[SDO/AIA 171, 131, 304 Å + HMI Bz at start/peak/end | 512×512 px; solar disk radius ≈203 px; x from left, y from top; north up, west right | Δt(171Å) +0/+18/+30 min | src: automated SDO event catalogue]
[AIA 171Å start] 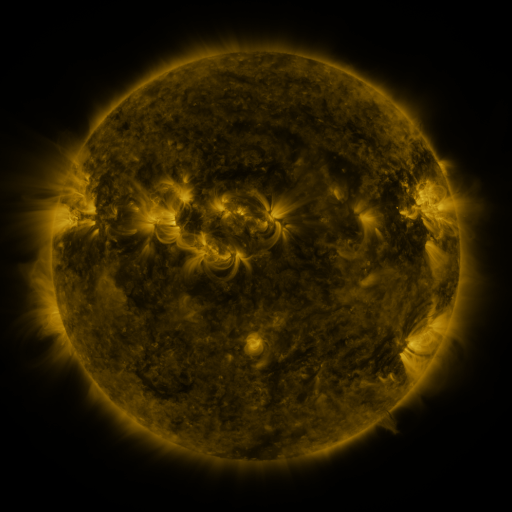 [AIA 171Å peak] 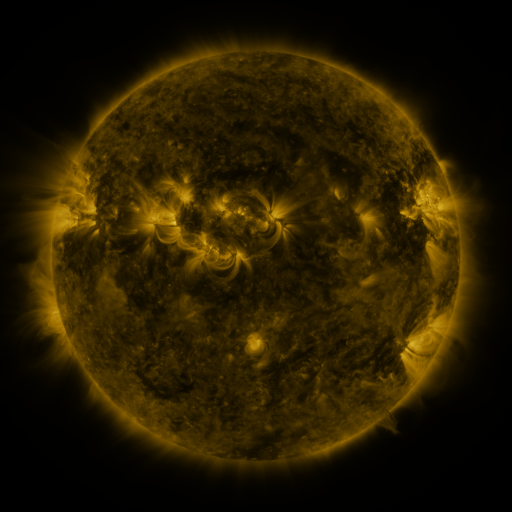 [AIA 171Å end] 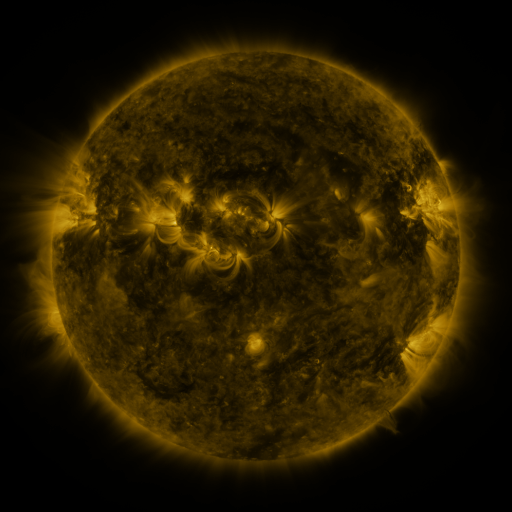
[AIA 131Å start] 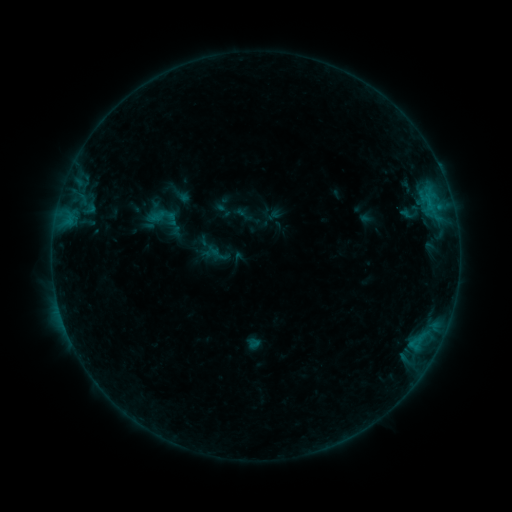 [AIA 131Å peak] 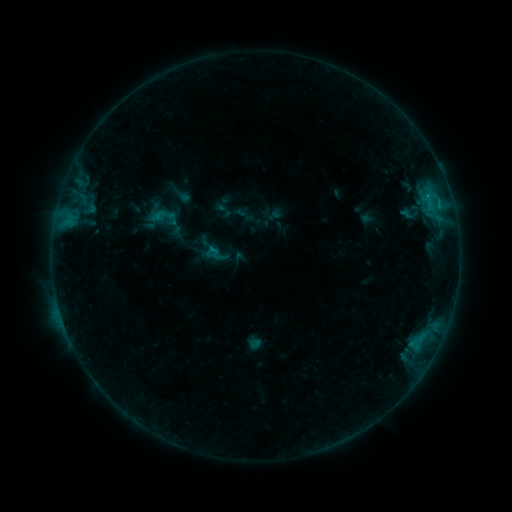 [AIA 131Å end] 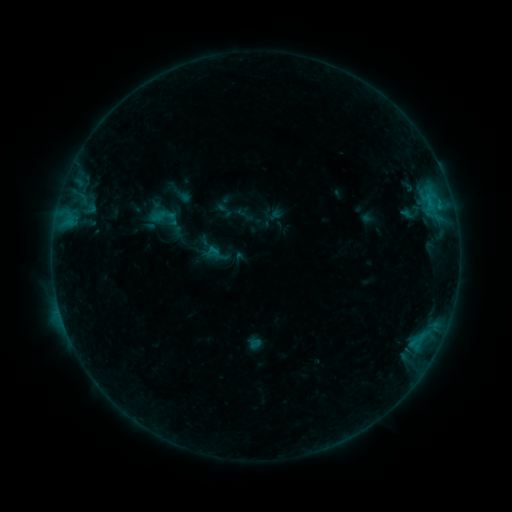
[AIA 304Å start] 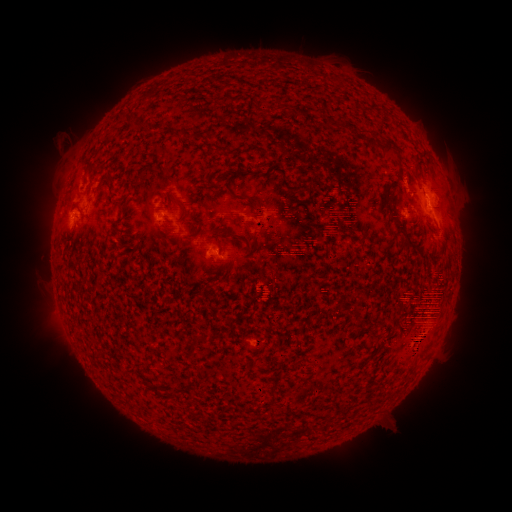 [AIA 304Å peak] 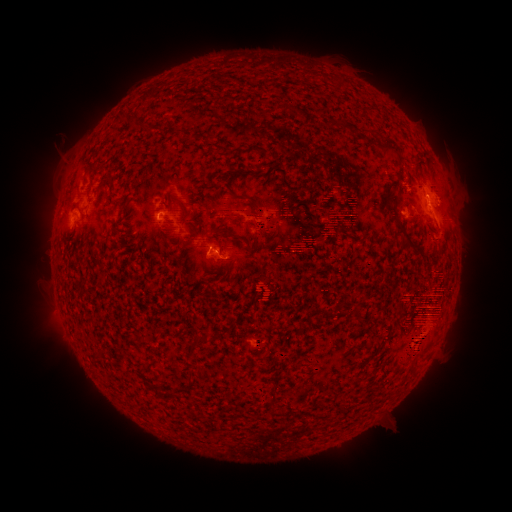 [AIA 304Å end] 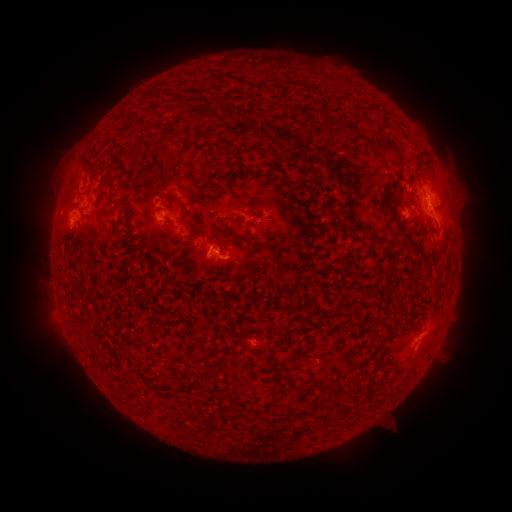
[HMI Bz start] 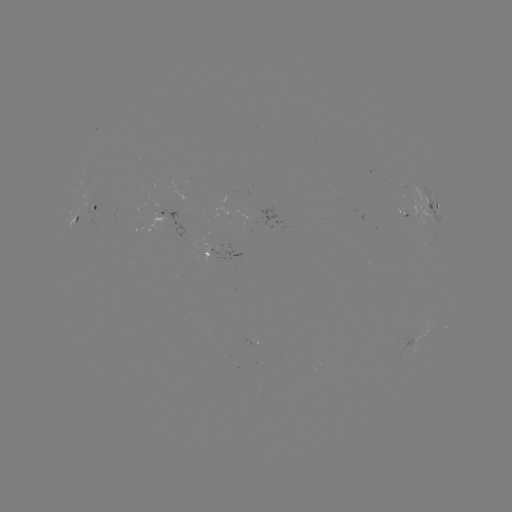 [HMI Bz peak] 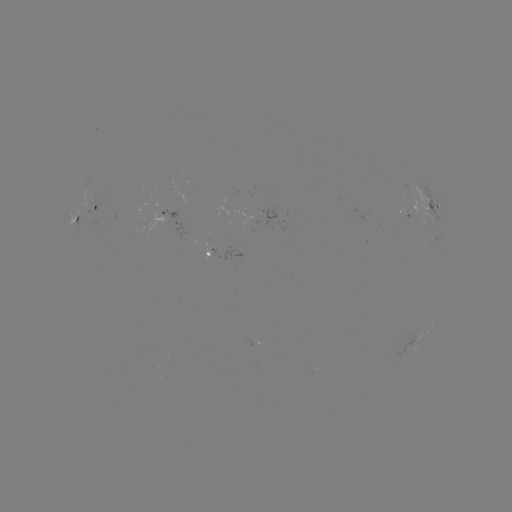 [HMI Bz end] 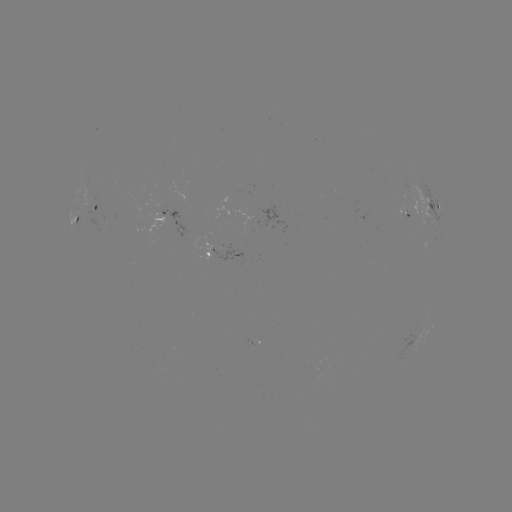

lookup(B6.2 flare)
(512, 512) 438,205